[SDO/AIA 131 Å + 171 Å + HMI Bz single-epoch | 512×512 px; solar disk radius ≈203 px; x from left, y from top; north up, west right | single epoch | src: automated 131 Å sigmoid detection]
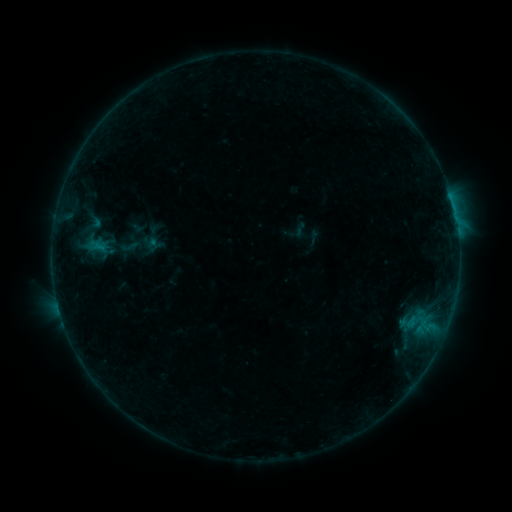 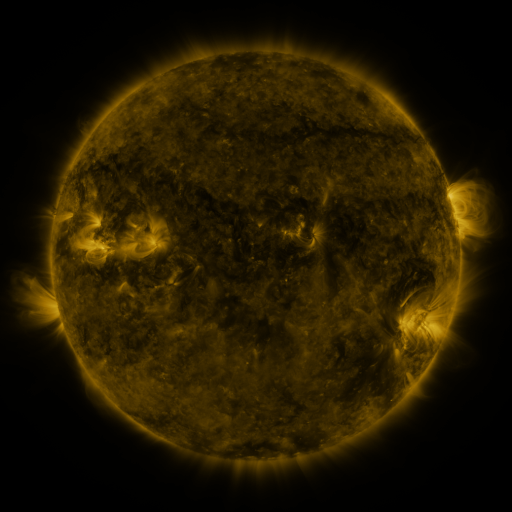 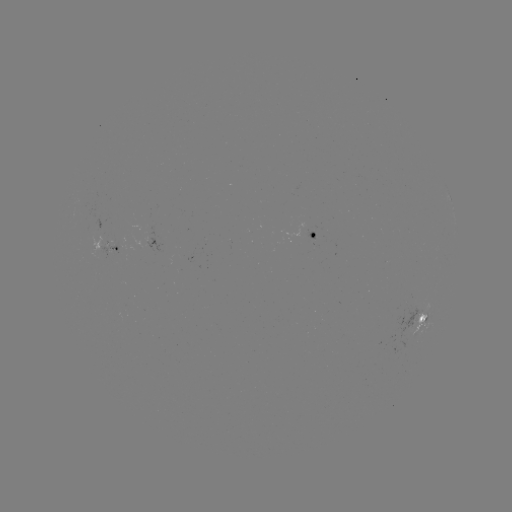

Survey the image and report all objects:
sigmoid: [119, 234, 141, 259]
